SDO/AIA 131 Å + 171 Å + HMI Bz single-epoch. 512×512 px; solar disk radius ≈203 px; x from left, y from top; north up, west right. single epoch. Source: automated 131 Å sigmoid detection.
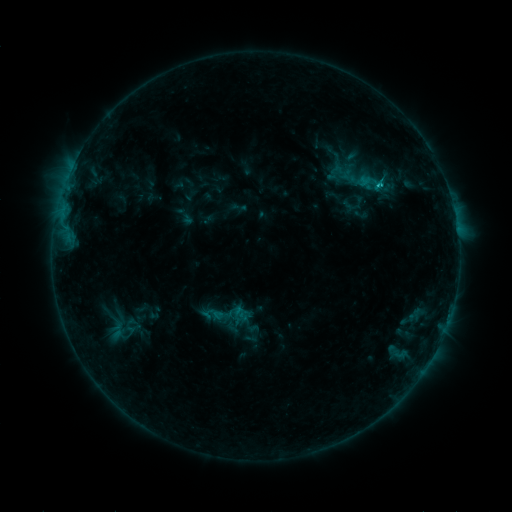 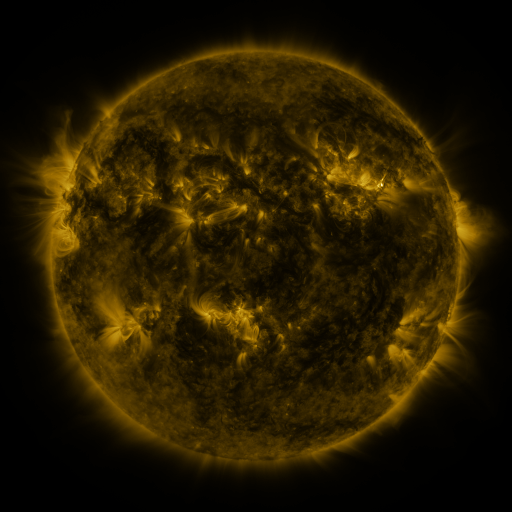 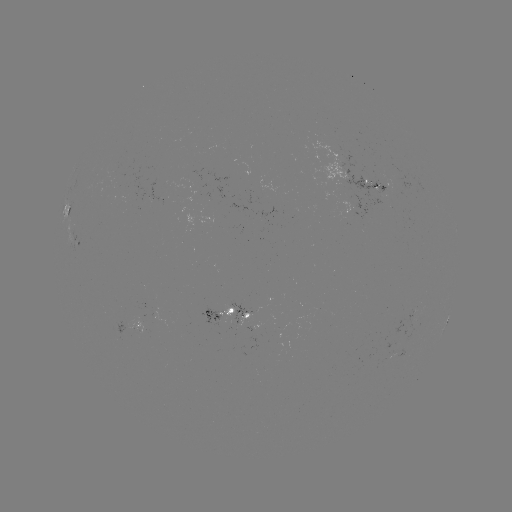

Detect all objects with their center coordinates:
sigmoid: (332, 159, 358, 178)
